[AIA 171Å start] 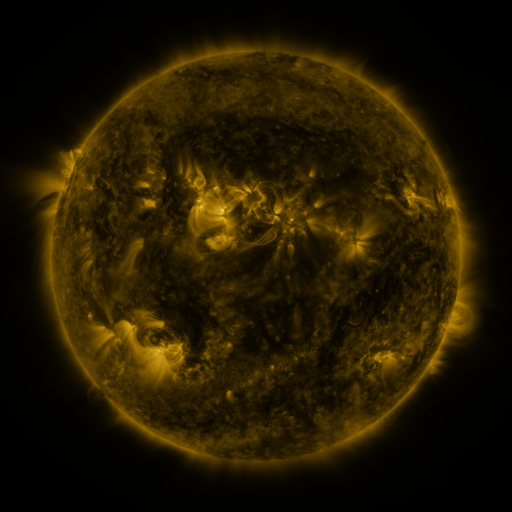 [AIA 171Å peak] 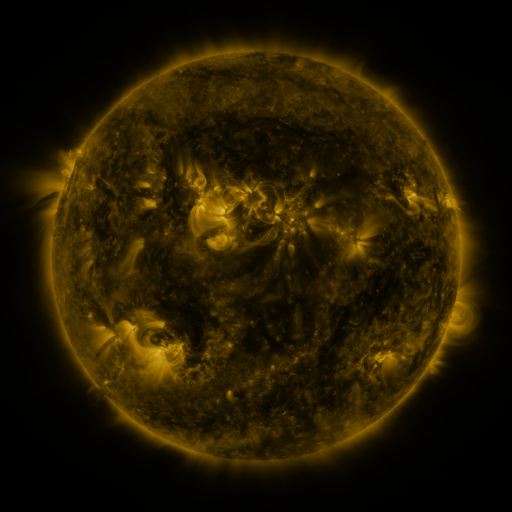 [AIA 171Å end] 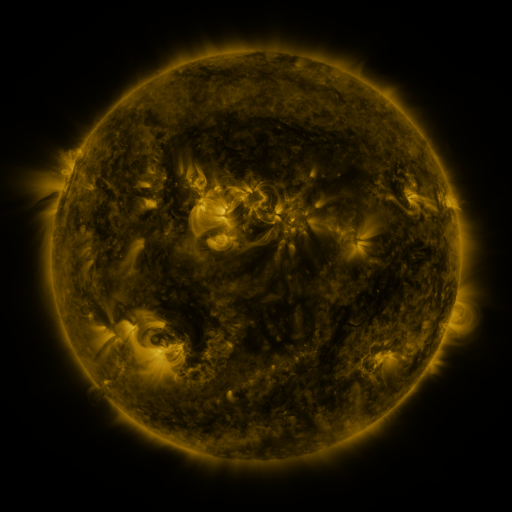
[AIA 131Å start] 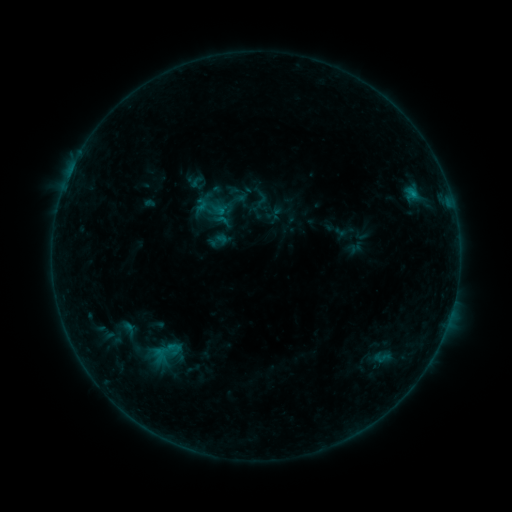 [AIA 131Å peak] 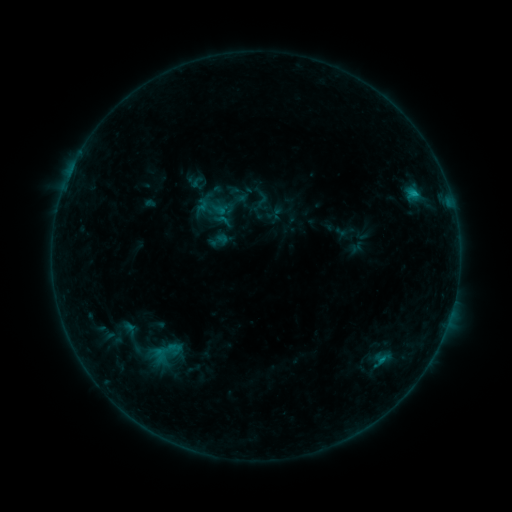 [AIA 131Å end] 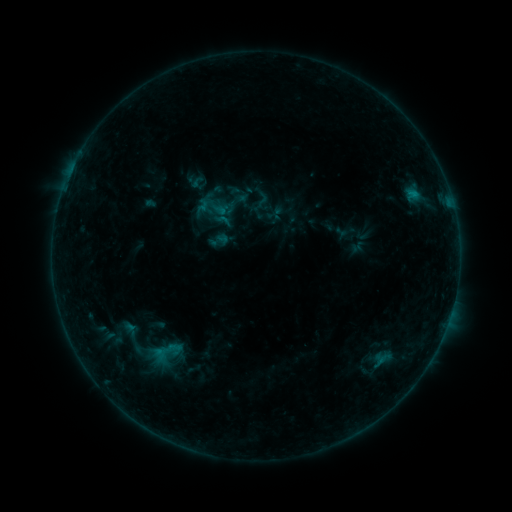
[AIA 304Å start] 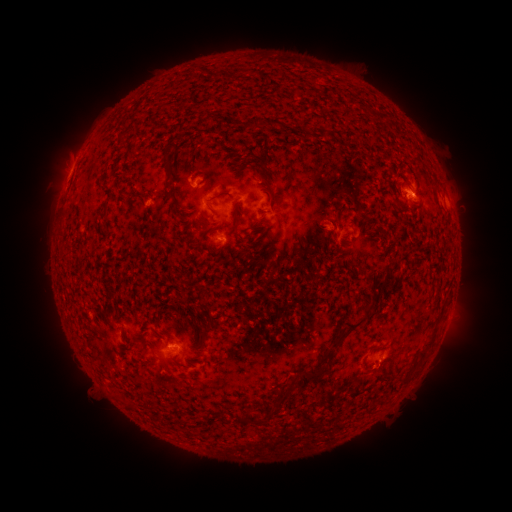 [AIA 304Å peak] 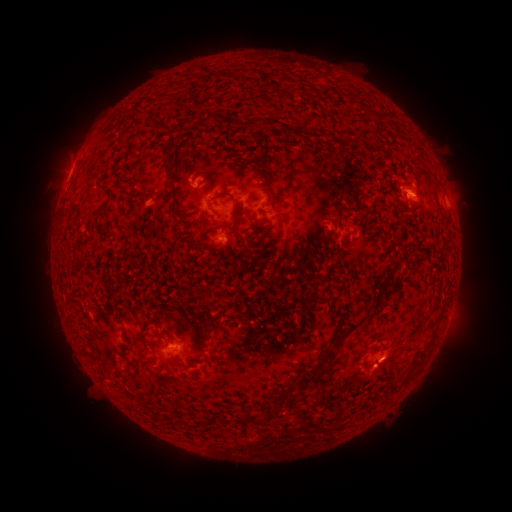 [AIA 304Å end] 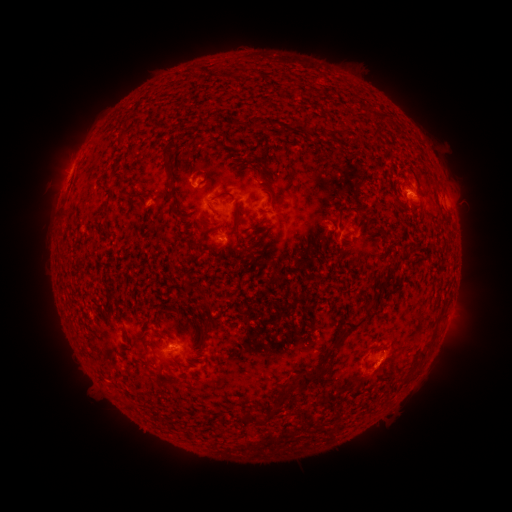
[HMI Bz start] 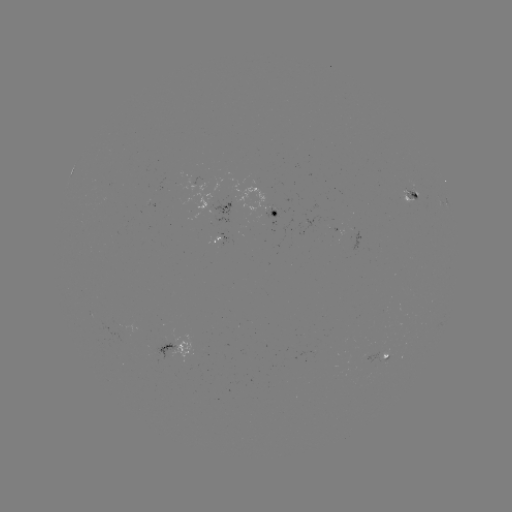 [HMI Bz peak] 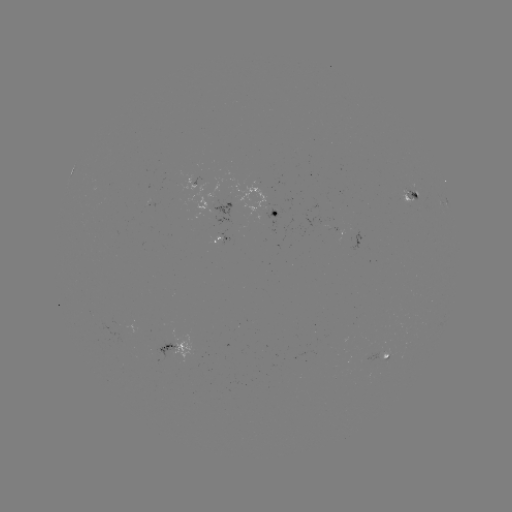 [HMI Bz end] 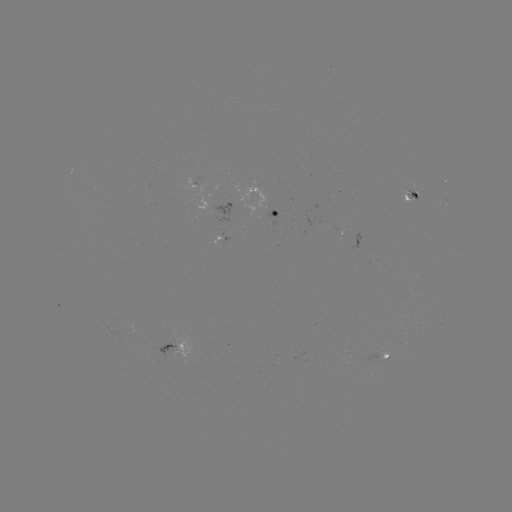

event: flare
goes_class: B8.0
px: (412, 195)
